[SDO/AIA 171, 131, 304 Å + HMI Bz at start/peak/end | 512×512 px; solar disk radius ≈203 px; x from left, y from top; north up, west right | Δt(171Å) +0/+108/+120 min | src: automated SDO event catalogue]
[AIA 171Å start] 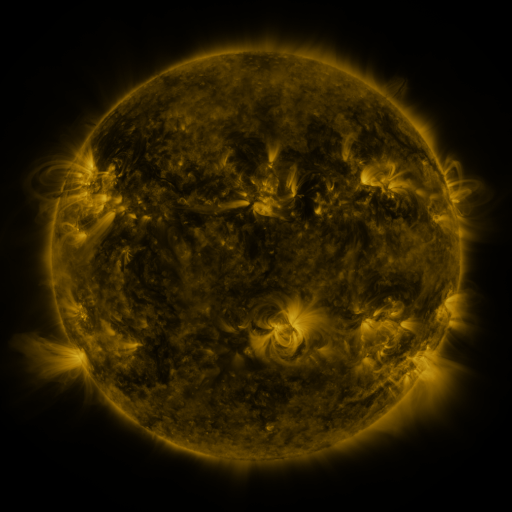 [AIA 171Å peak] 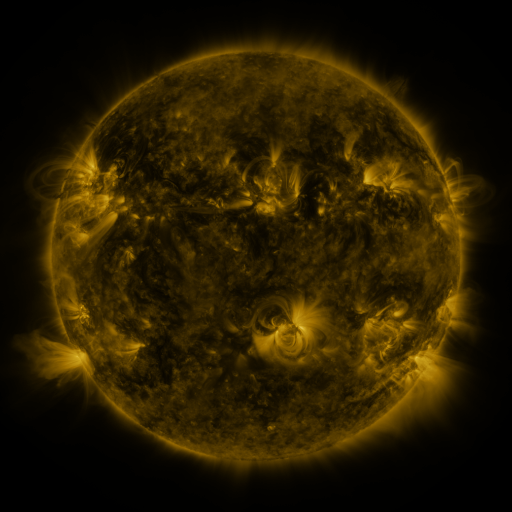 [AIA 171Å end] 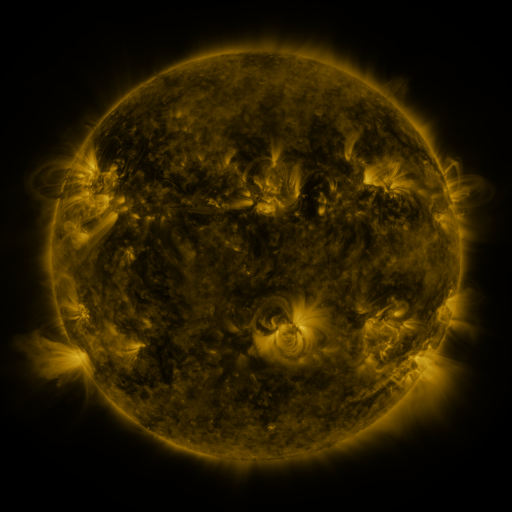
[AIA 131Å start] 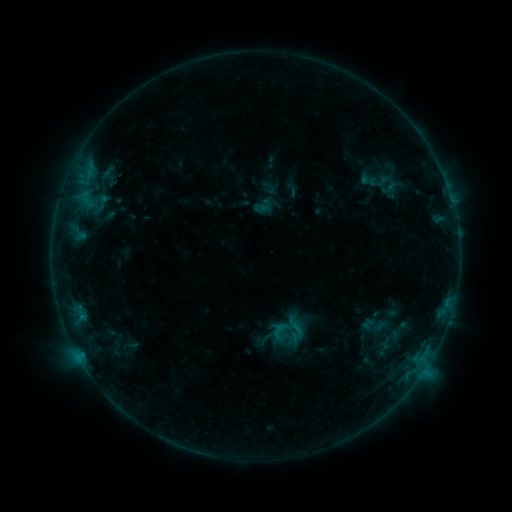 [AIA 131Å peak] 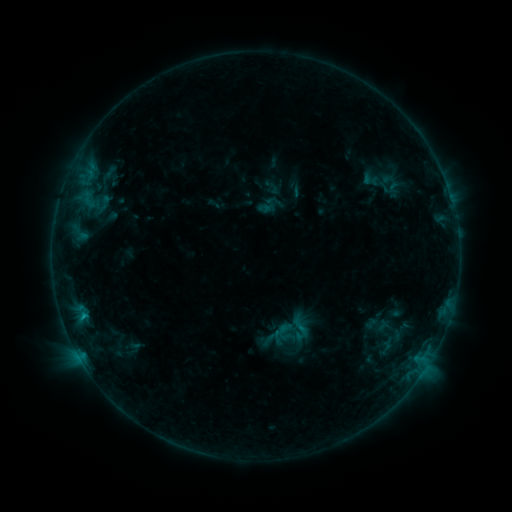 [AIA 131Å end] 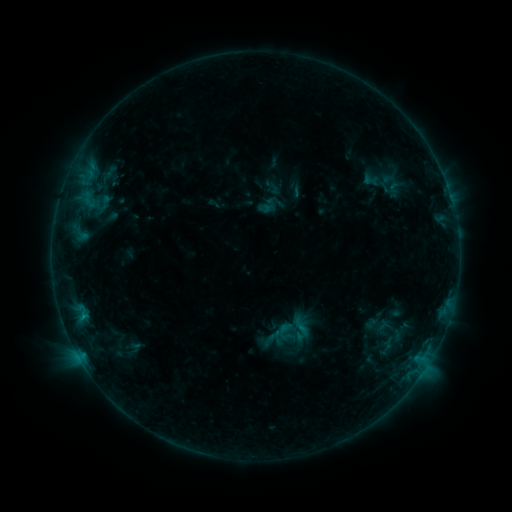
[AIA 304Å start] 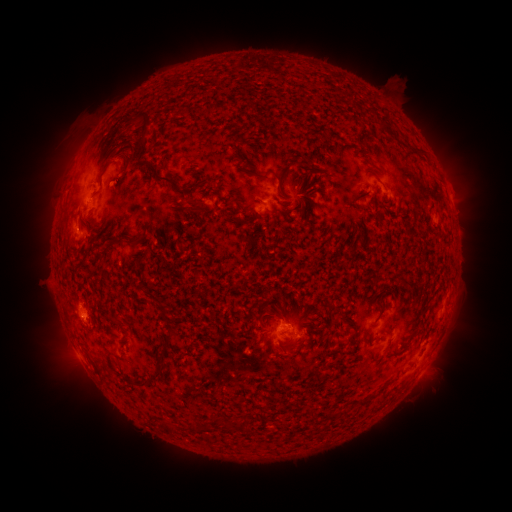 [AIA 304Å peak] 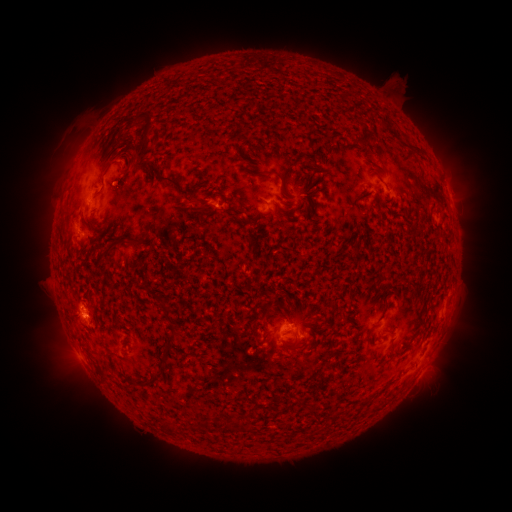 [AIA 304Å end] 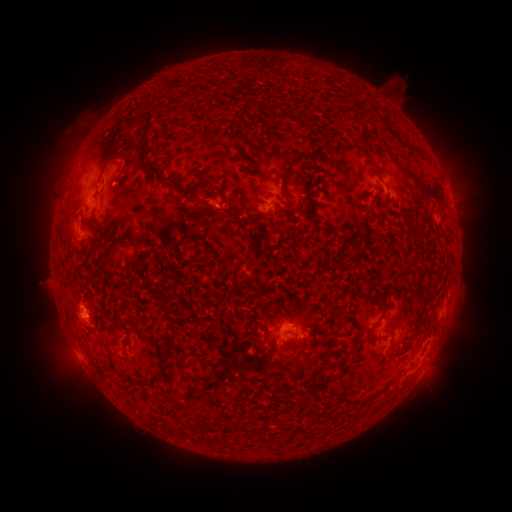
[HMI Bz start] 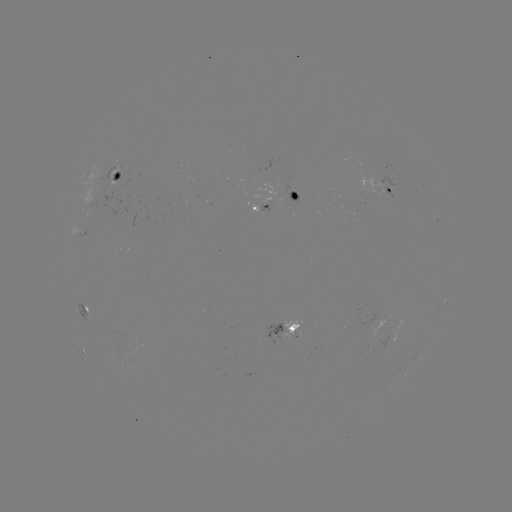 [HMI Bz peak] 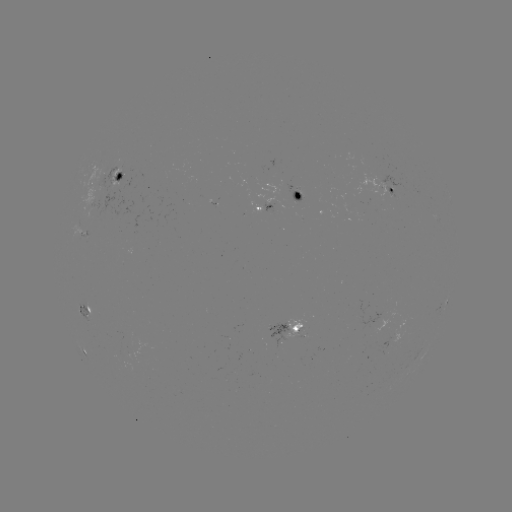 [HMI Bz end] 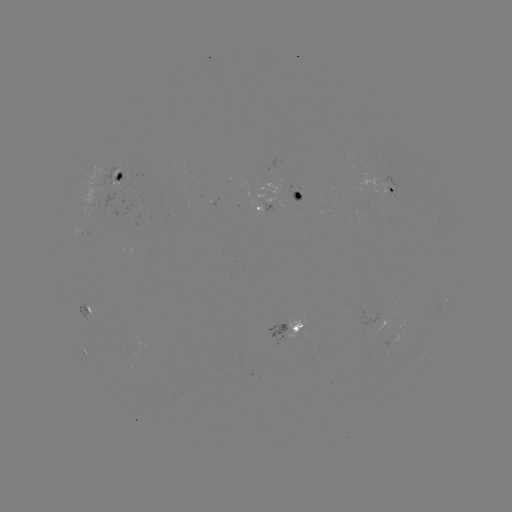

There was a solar emerging-flux region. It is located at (94, 200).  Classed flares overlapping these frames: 1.